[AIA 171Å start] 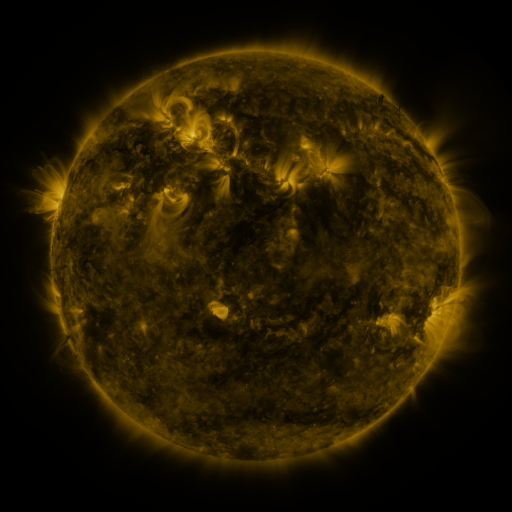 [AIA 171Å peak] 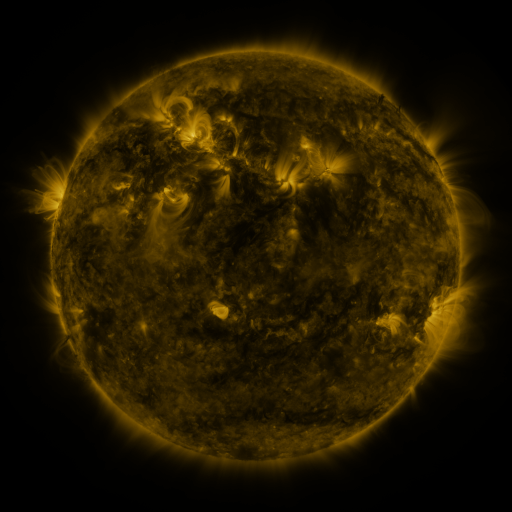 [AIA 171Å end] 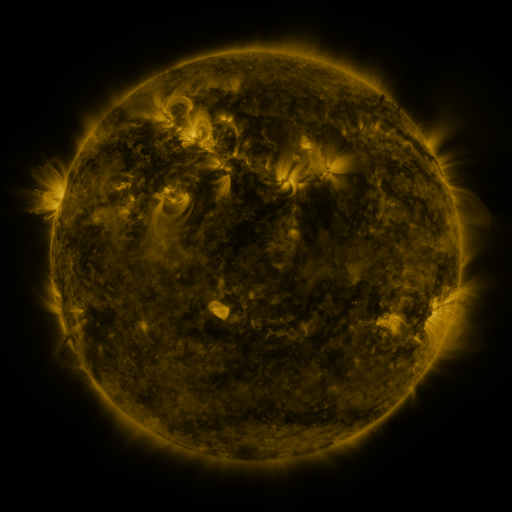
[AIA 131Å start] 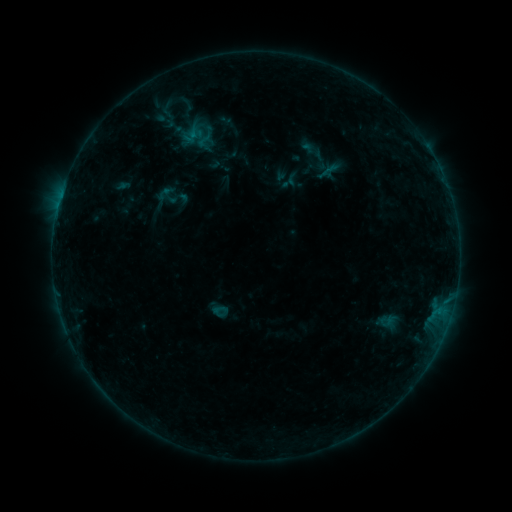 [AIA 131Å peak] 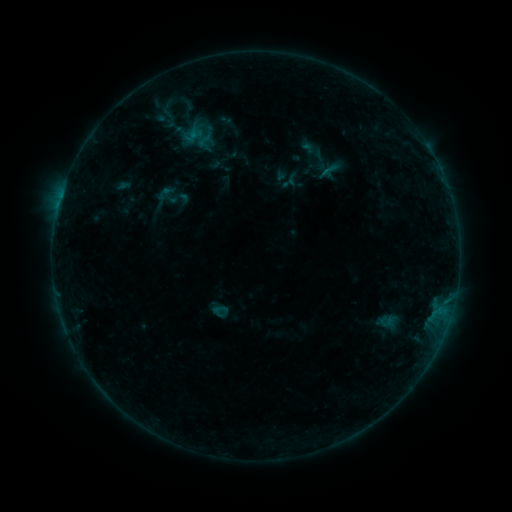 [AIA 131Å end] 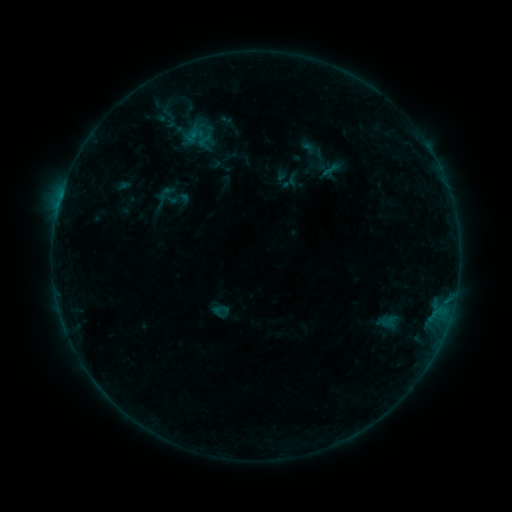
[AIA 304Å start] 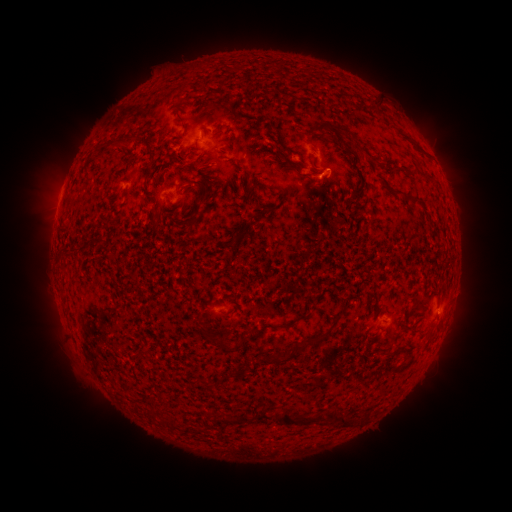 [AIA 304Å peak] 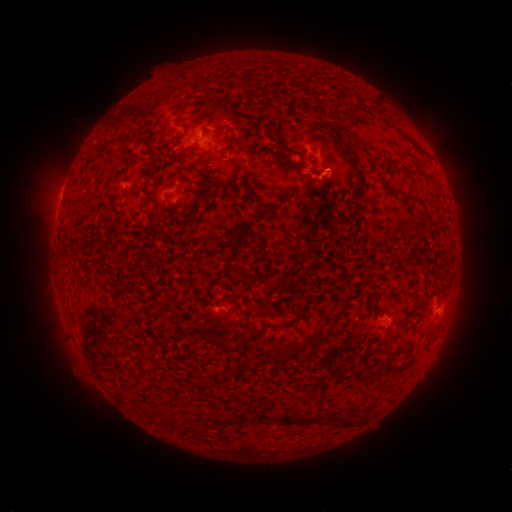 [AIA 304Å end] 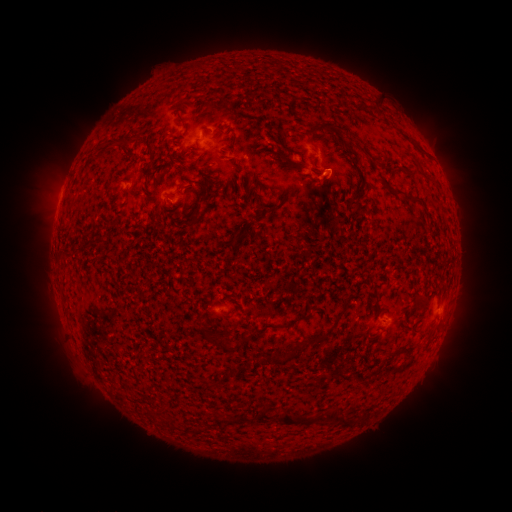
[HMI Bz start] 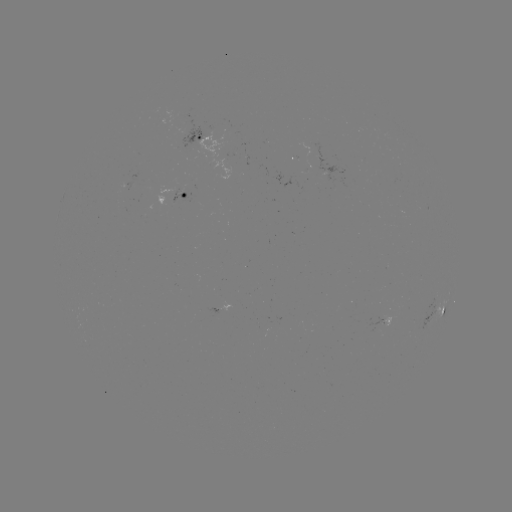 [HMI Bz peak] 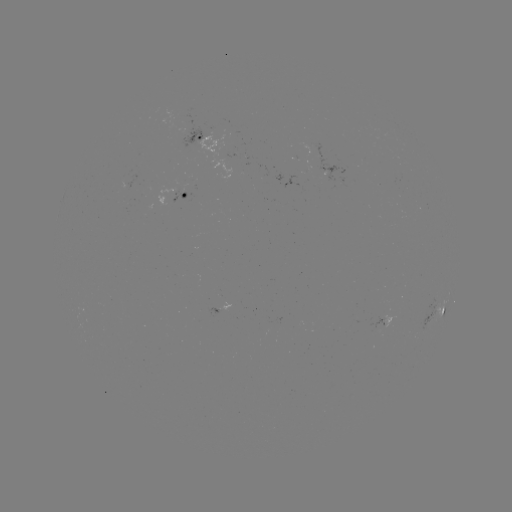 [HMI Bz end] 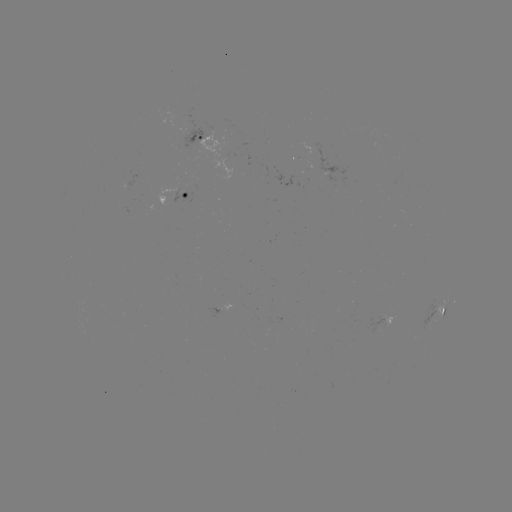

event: flare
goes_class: B2.7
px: (325, 171)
